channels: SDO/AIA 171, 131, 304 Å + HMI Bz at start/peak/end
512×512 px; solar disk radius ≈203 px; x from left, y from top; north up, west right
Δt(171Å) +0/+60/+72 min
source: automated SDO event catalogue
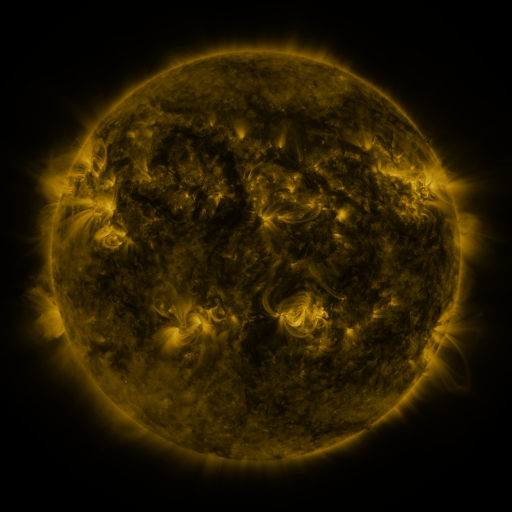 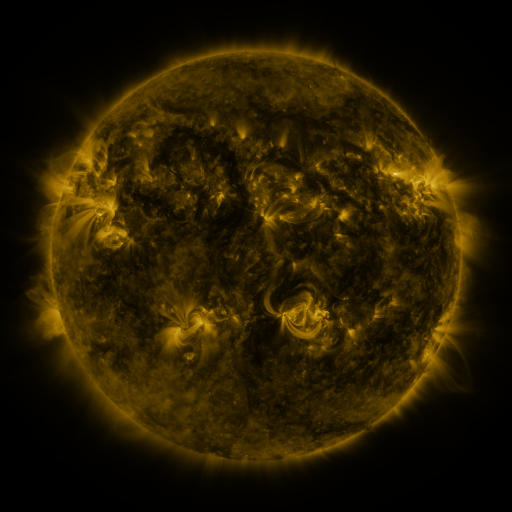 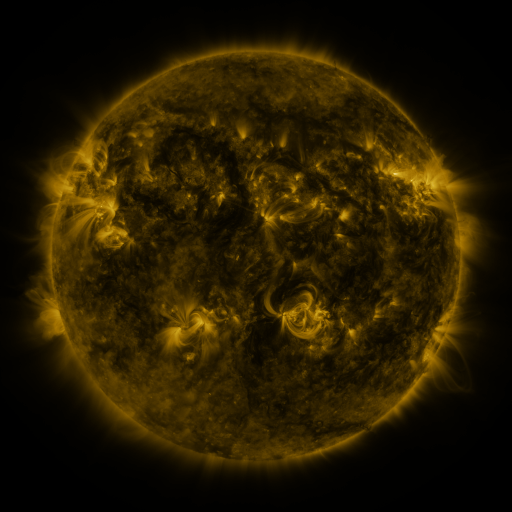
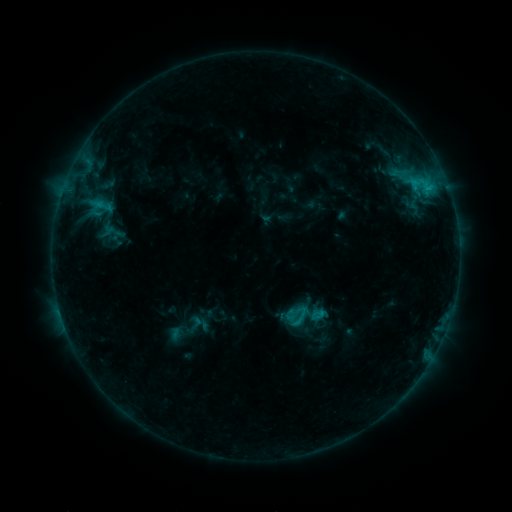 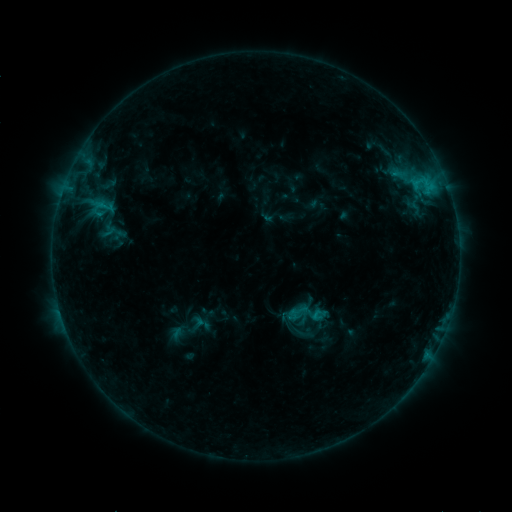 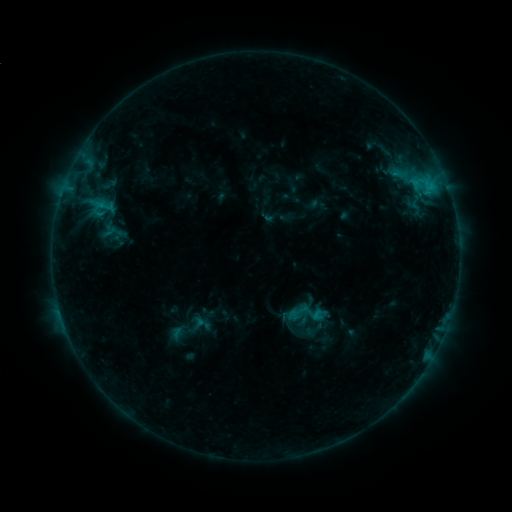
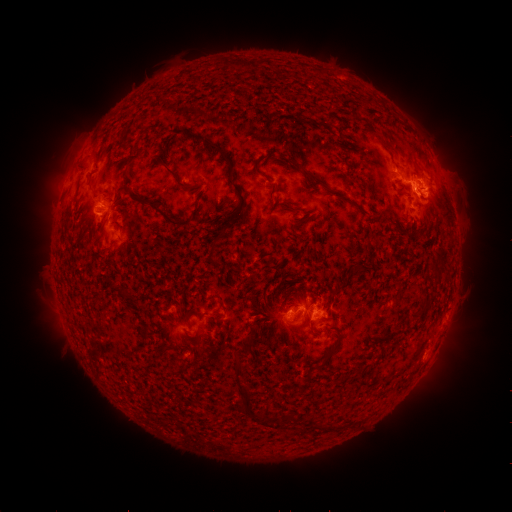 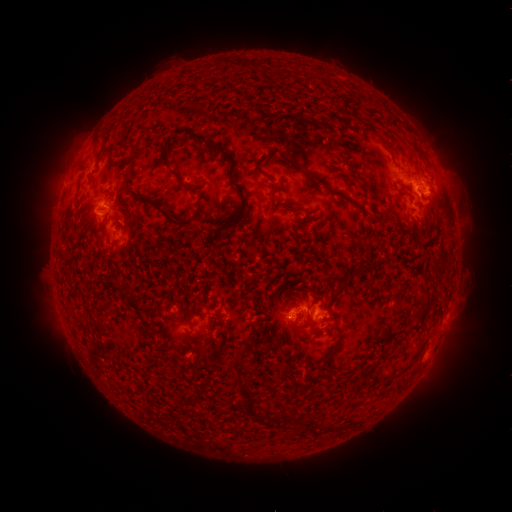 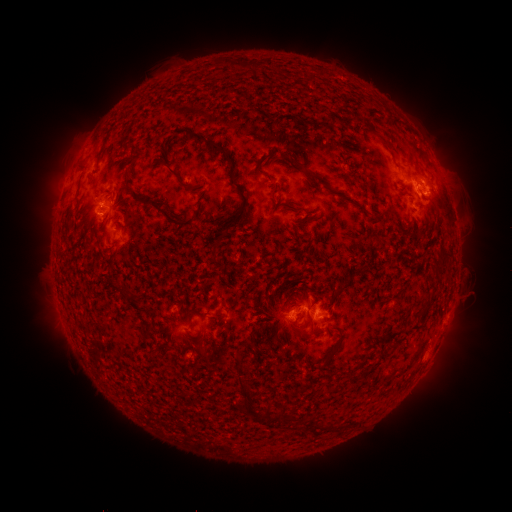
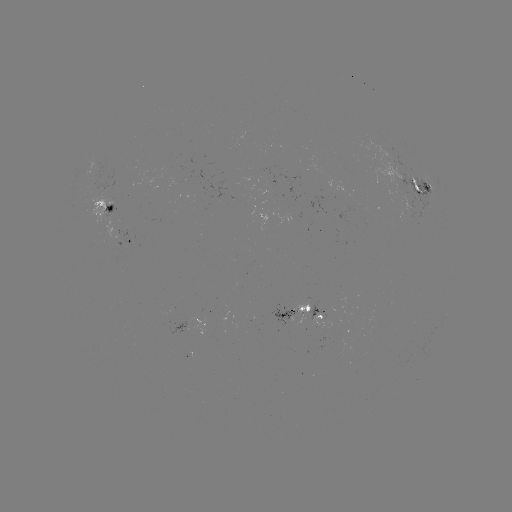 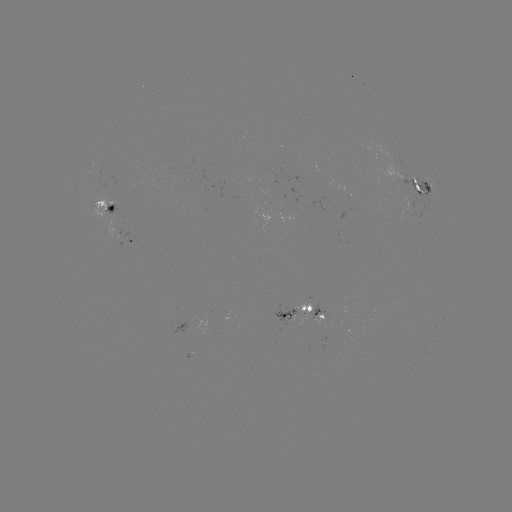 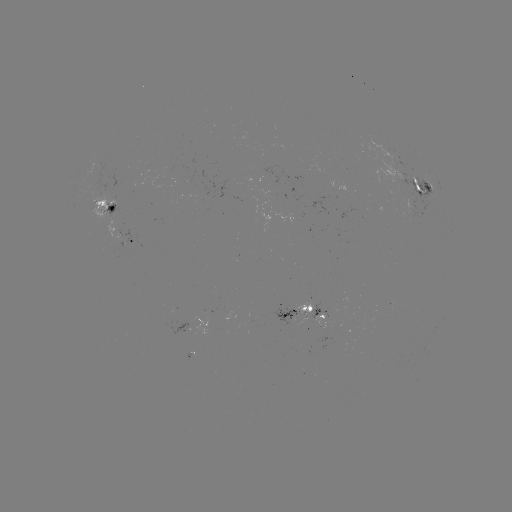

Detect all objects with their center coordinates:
emerging-flux region: (285, 196)
